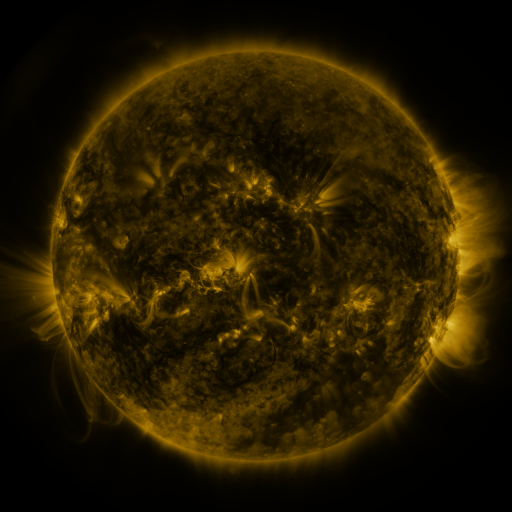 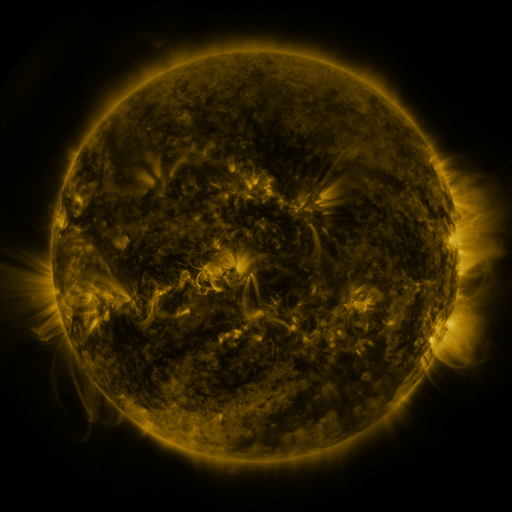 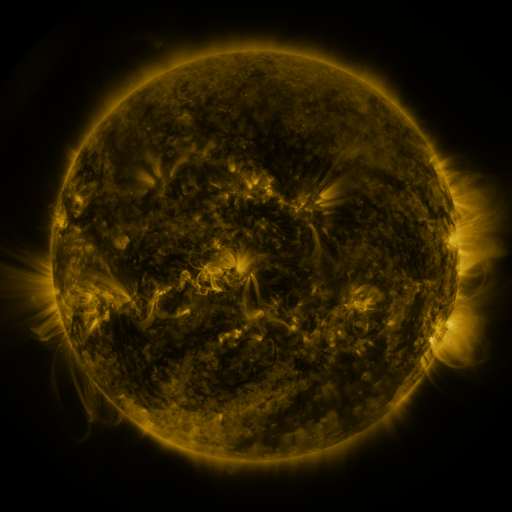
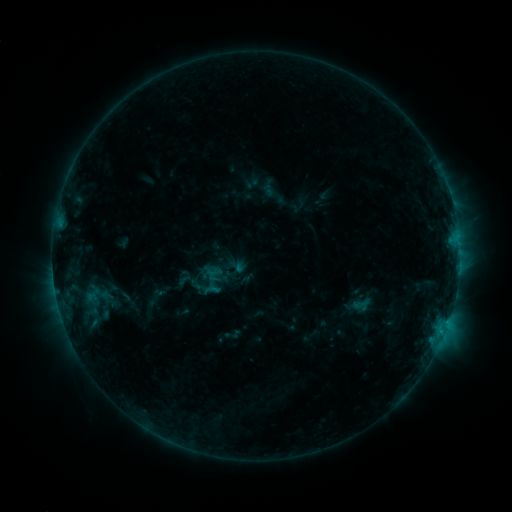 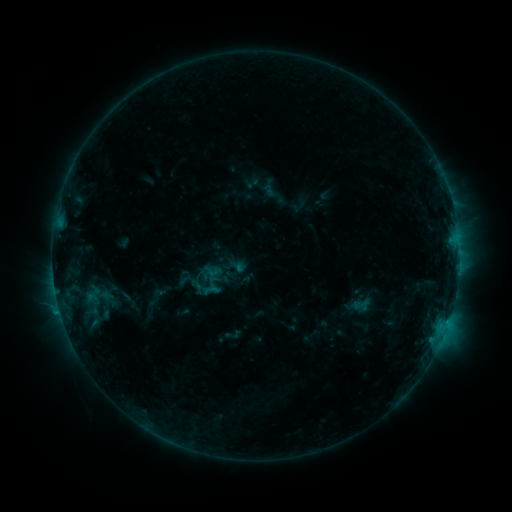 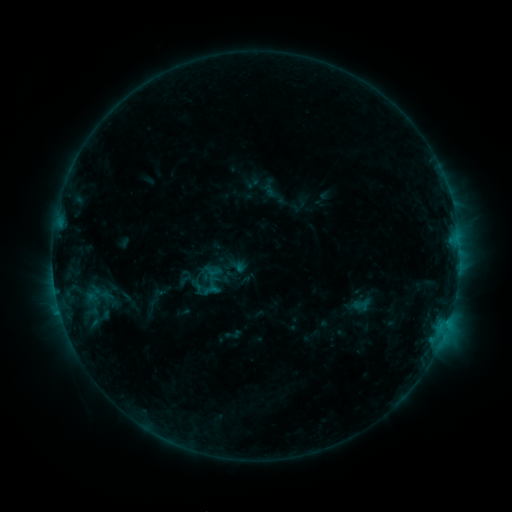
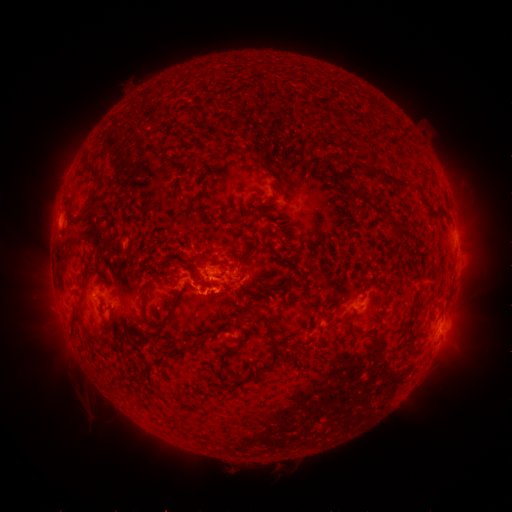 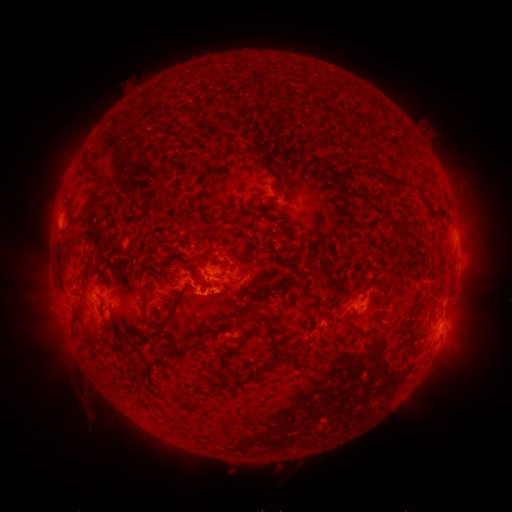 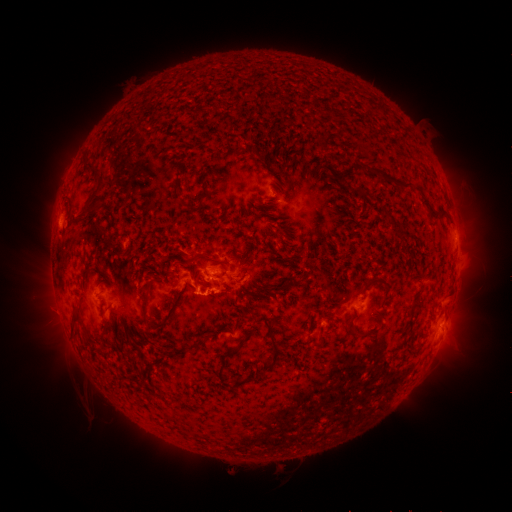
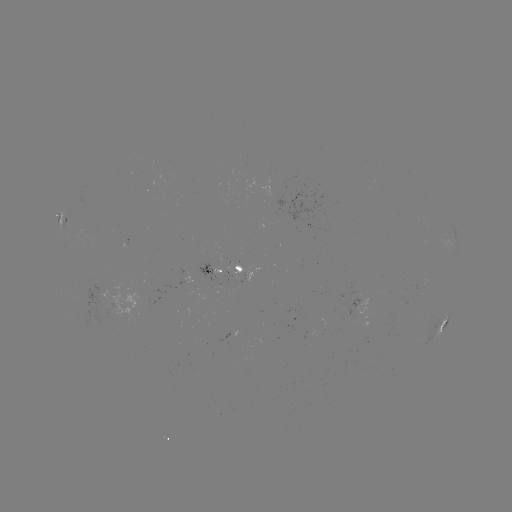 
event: flare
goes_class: C1.0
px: (59, 308)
